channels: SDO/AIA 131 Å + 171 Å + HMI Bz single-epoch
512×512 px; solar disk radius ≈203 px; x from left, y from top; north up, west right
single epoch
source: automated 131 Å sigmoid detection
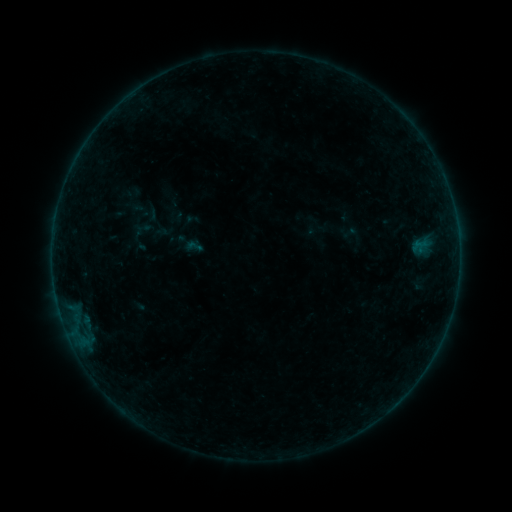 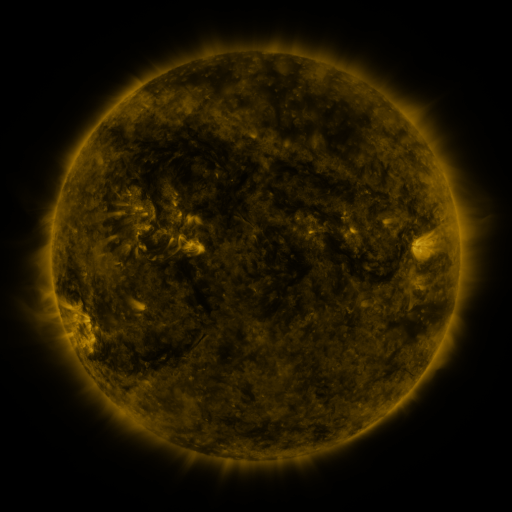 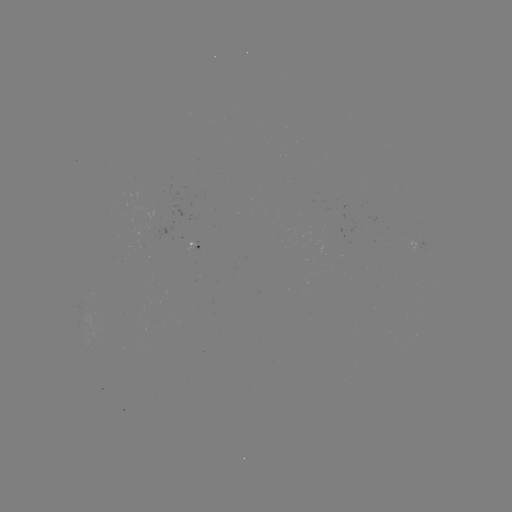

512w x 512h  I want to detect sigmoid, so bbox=[184, 236, 204, 256].